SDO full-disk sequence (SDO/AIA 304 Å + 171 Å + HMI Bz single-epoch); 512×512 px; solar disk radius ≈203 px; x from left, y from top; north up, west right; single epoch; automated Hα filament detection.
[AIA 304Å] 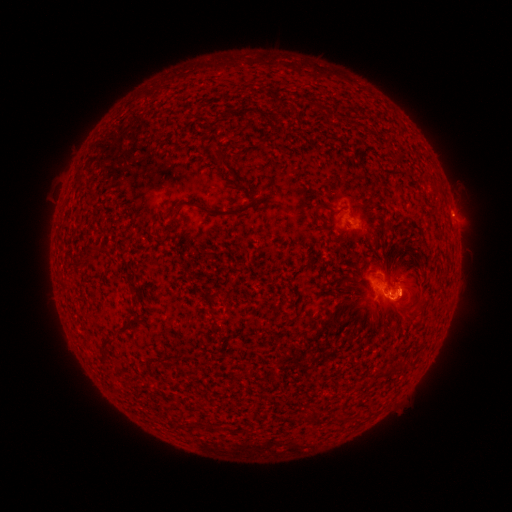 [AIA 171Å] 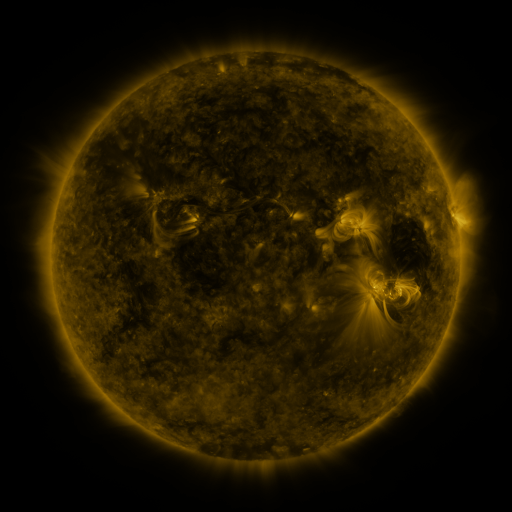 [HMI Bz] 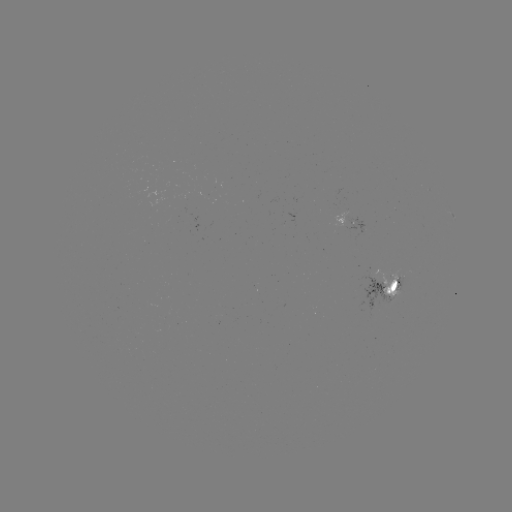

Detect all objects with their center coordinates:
filament: <bbox>270, 93, 281, 104</bbox>
filament: <bbox>265, 108, 275, 118</bbox>
filament: <bbox>215, 150, 226, 168</bbox>
filament: <bbox>317, 201, 331, 209</bbox>
filament: <bbox>195, 204, 250, 218</bbox>
filament: <bbox>340, 276, 352, 289</bbox>
filament: <bbox>204, 295, 220, 333</bbox>
filament: <bbox>116, 325, 127, 333</bbox>
filament: <bbox>99, 339, 113, 360</bbox>
filament: <bbox>390, 363, 399, 374</bbox>
filament: <bbox>309, 404, 319, 419</bbox>
filament: <bbox>194, 421, 207, 429</bbox>
